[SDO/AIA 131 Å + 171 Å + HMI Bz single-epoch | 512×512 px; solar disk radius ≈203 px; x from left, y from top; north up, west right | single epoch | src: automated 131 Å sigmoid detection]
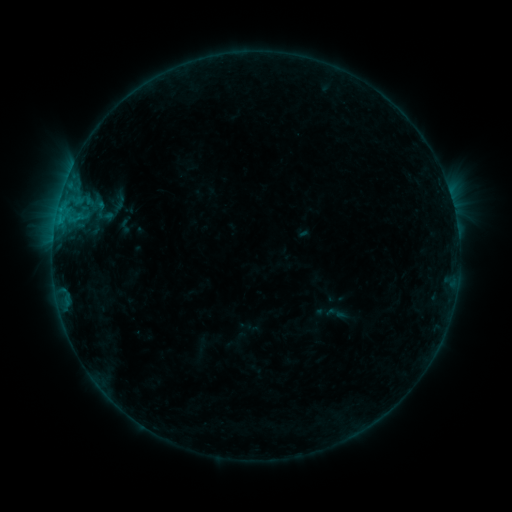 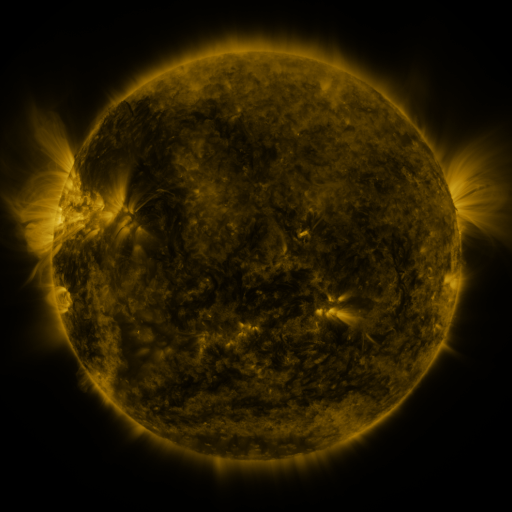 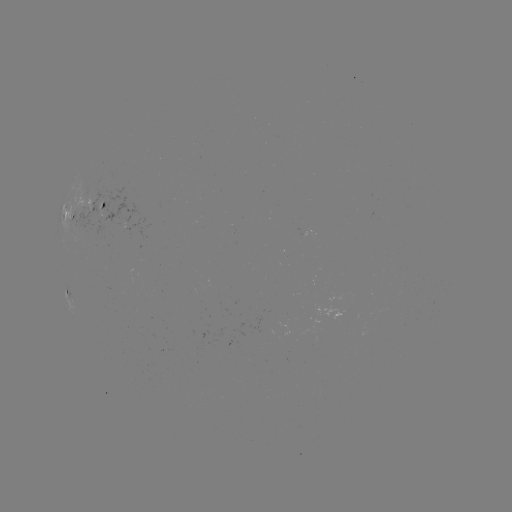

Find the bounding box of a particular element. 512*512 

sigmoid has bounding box [94, 204, 112, 224].